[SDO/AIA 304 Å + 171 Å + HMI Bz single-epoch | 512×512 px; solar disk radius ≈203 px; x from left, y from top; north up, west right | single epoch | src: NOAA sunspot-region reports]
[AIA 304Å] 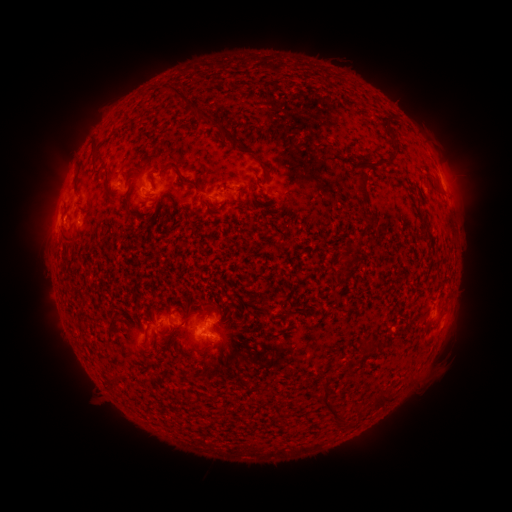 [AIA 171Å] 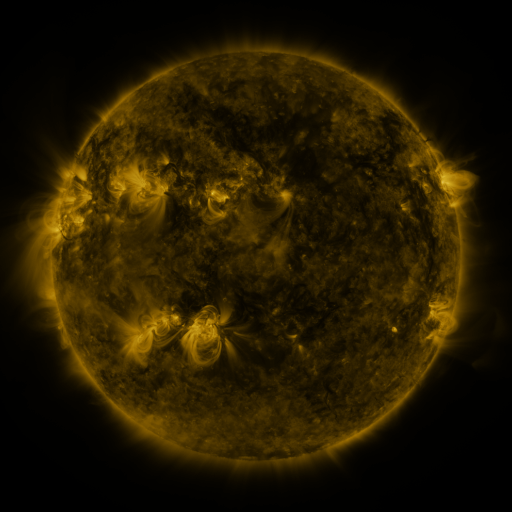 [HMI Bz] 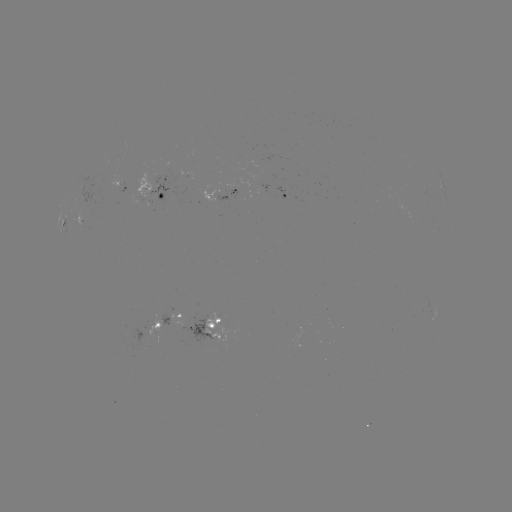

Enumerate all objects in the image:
spotted active region: (122, 188)
spotted active region: (155, 194)
spotted active region: (221, 197)
spotted active region: (286, 197)
spotted active region: (69, 223)
spotted active region: (171, 320)
spotted active region: (210, 330)
